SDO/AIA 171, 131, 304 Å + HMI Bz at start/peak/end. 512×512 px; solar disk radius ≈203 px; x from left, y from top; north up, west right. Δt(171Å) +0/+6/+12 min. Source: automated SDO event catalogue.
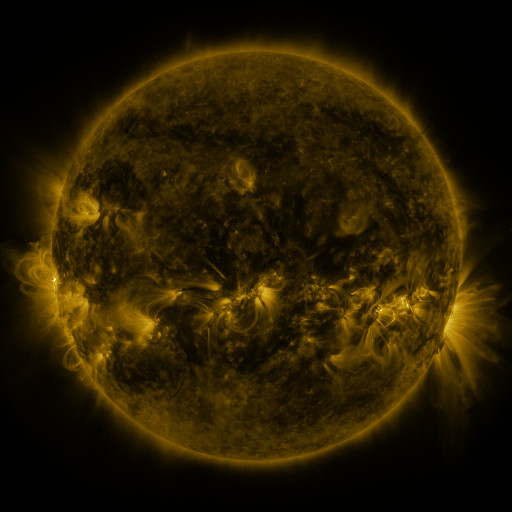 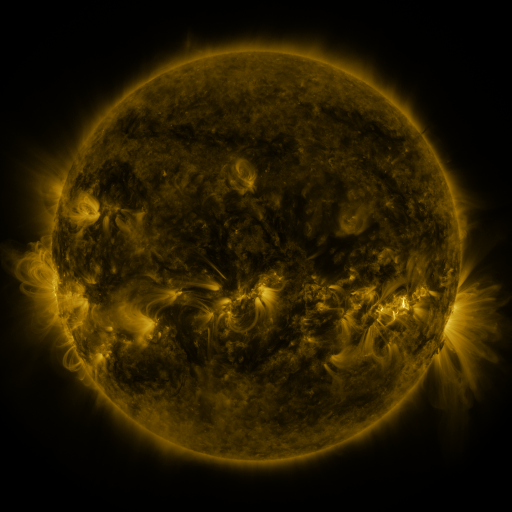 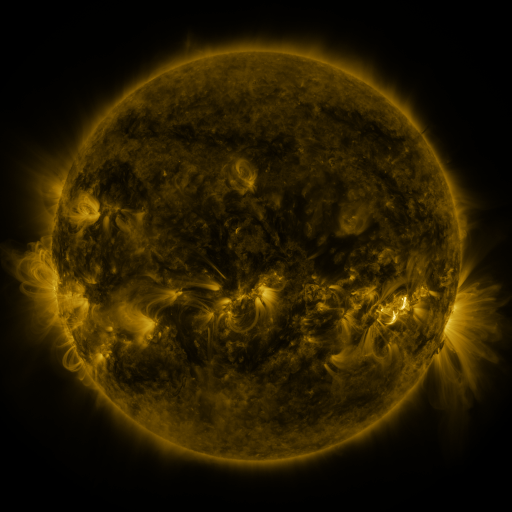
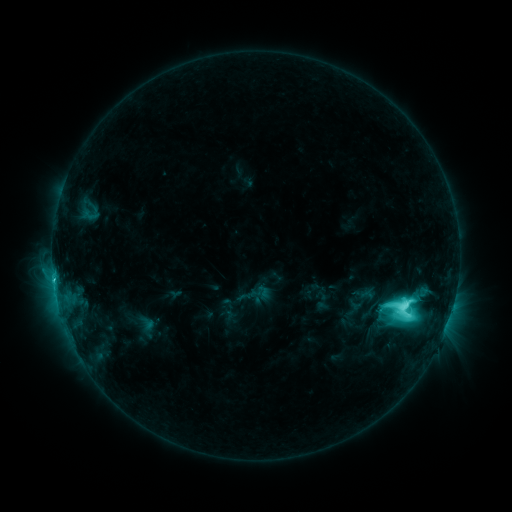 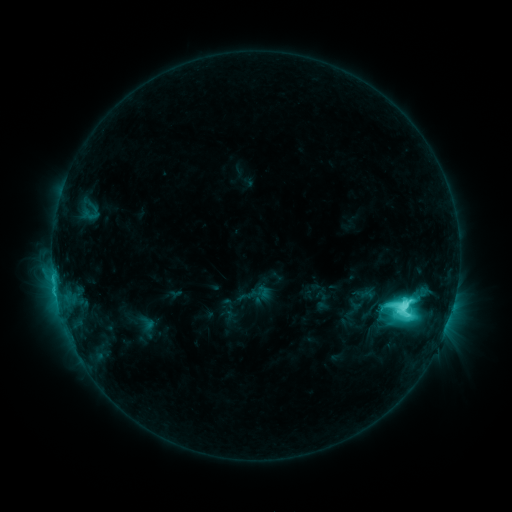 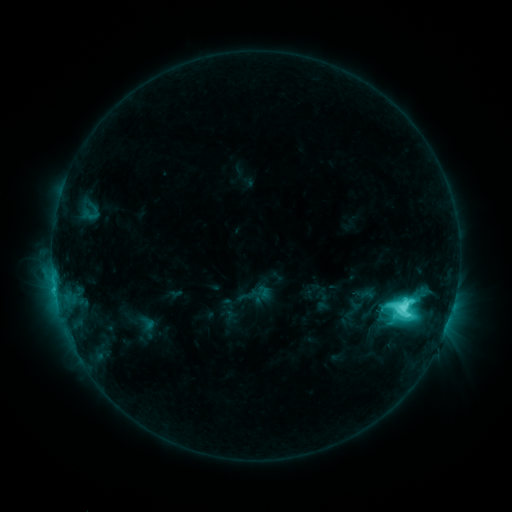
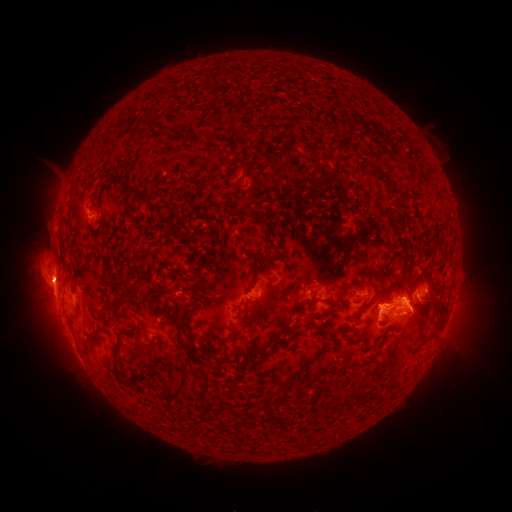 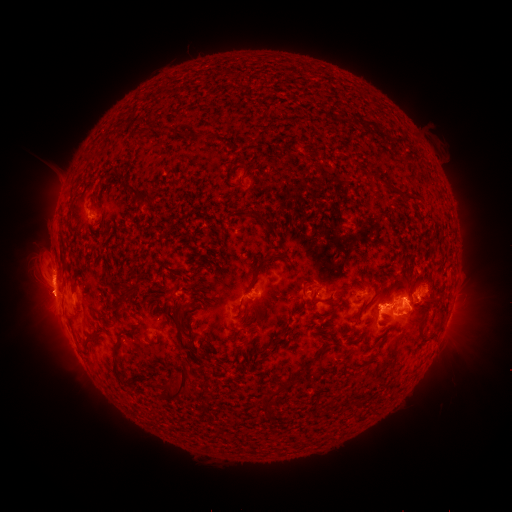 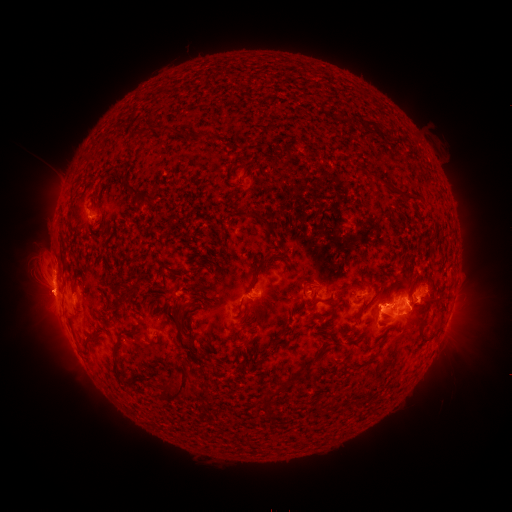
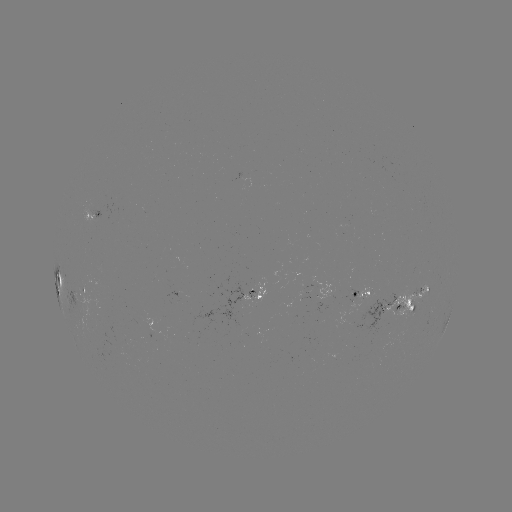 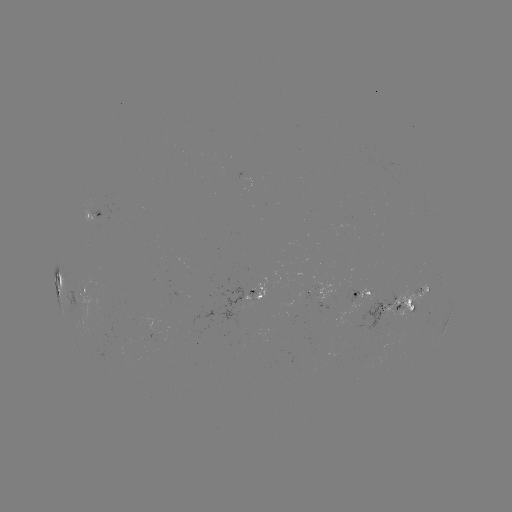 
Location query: eruption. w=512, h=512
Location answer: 43,297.